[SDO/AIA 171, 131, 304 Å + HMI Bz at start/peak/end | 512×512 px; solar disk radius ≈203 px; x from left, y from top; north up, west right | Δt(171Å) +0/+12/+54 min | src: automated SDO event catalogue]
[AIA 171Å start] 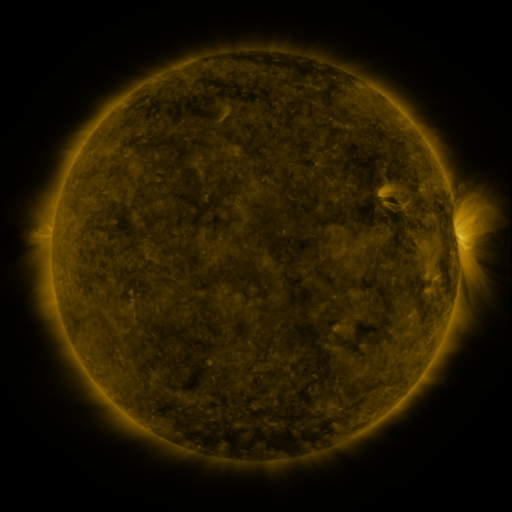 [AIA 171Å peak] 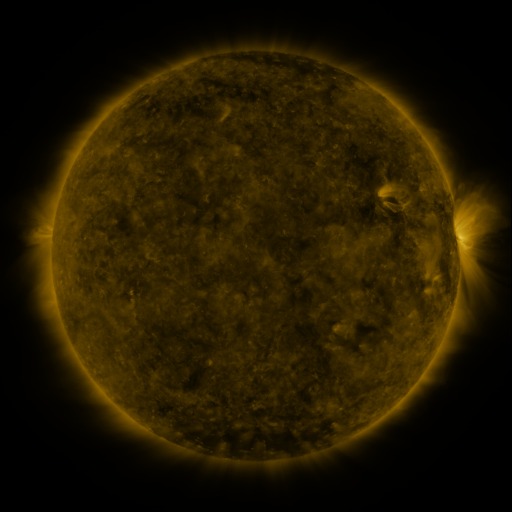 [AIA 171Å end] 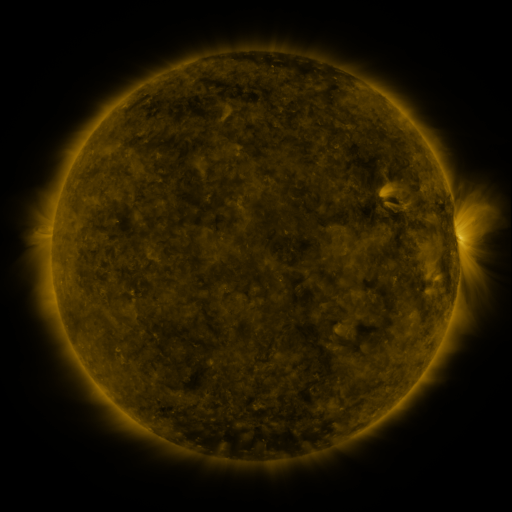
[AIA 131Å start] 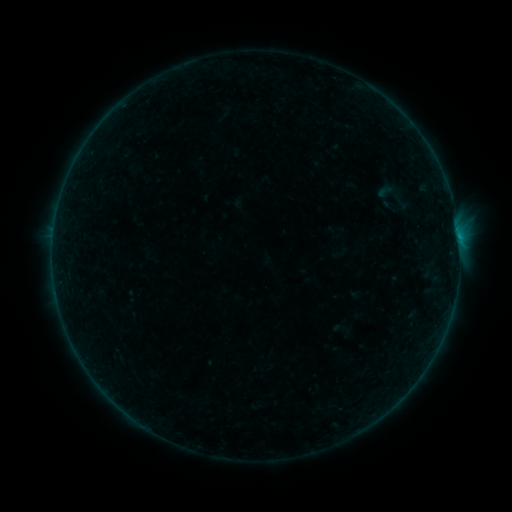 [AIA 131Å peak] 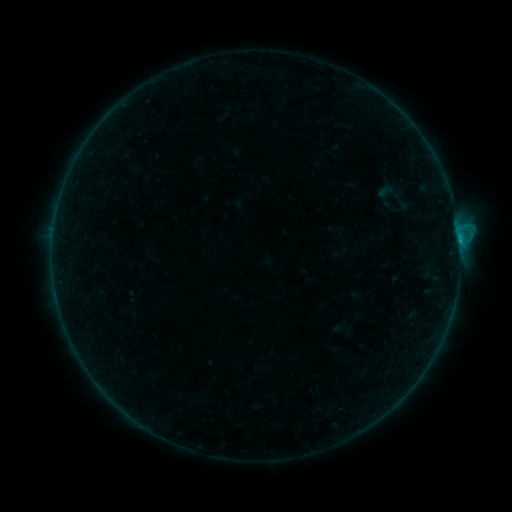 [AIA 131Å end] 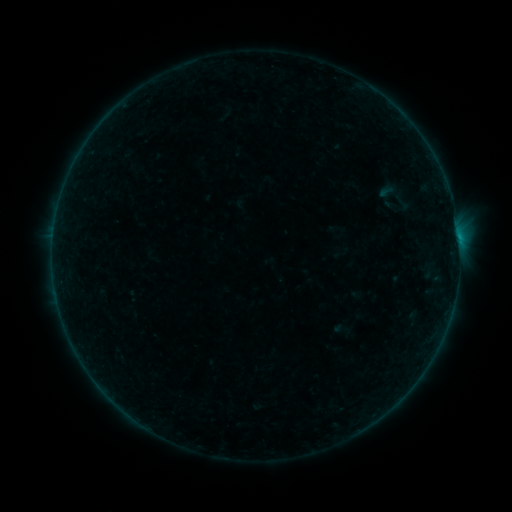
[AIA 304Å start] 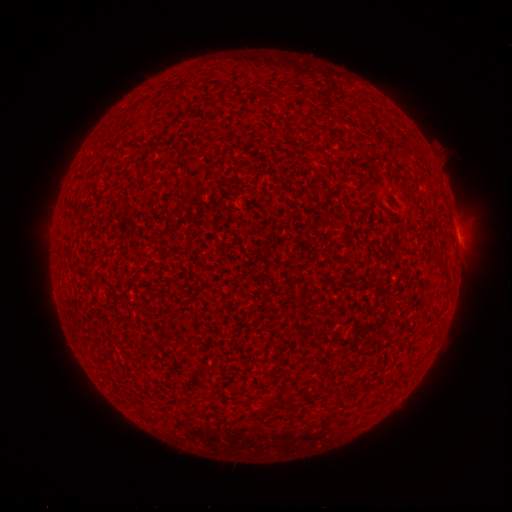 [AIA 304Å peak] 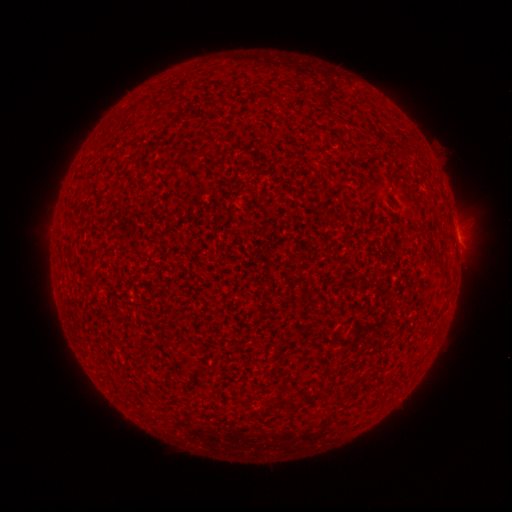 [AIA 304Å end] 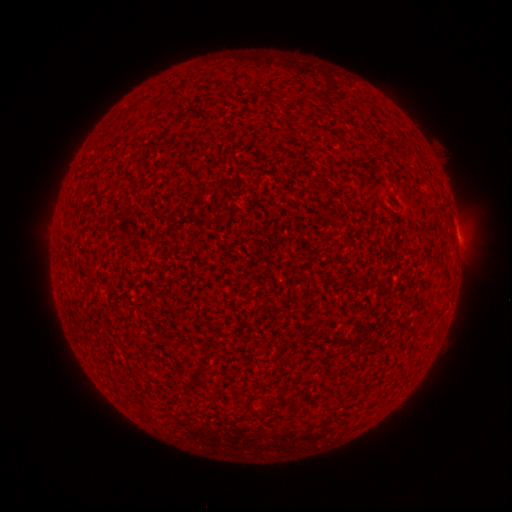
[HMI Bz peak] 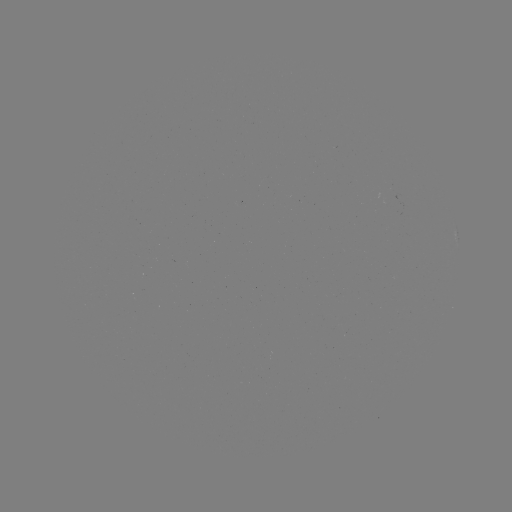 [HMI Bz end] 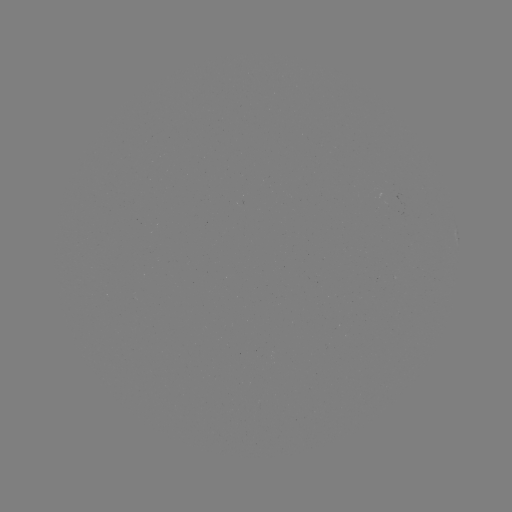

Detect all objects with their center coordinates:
B4.1 flare: (458, 241)
